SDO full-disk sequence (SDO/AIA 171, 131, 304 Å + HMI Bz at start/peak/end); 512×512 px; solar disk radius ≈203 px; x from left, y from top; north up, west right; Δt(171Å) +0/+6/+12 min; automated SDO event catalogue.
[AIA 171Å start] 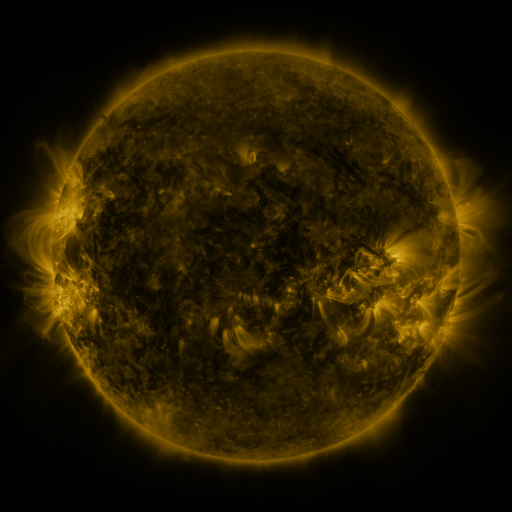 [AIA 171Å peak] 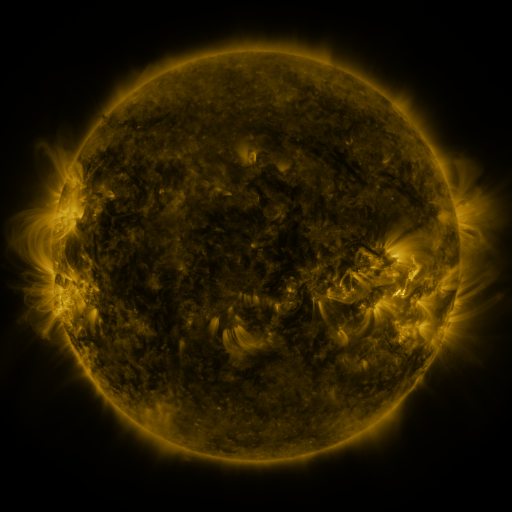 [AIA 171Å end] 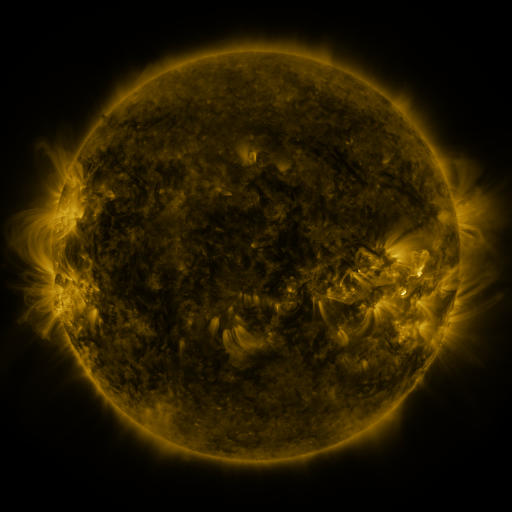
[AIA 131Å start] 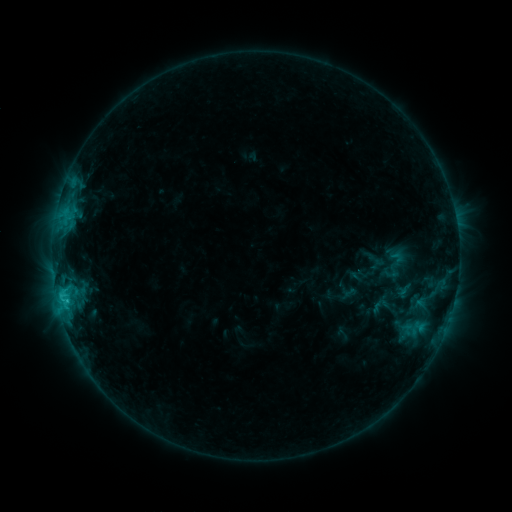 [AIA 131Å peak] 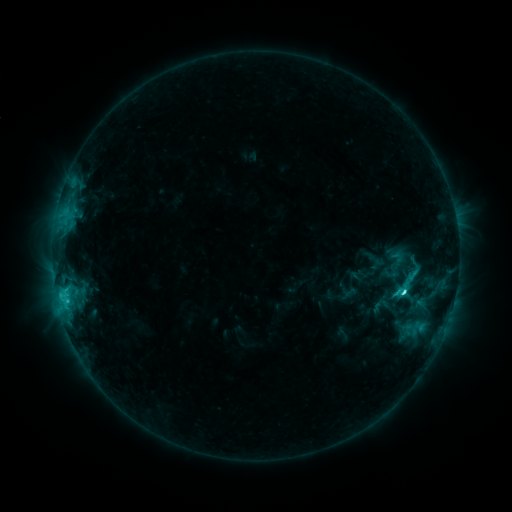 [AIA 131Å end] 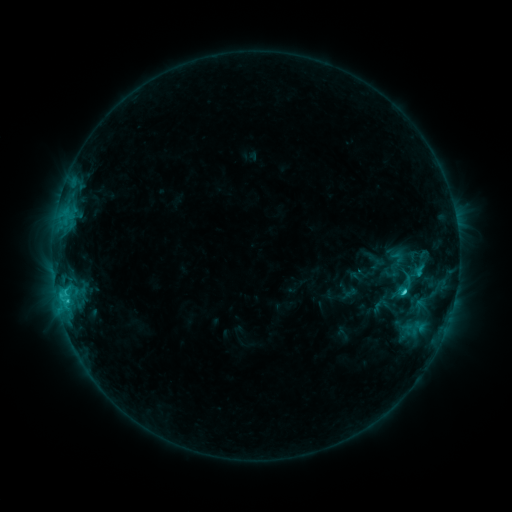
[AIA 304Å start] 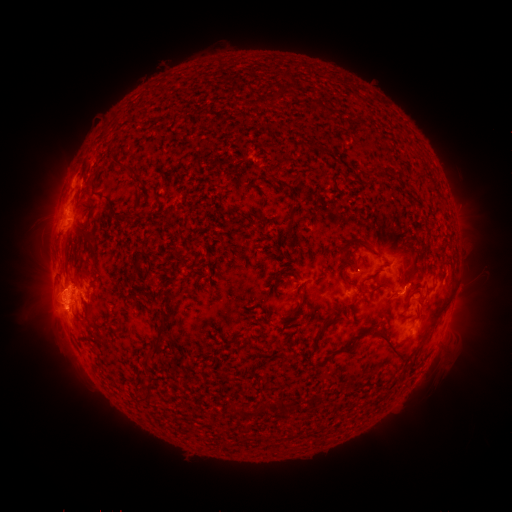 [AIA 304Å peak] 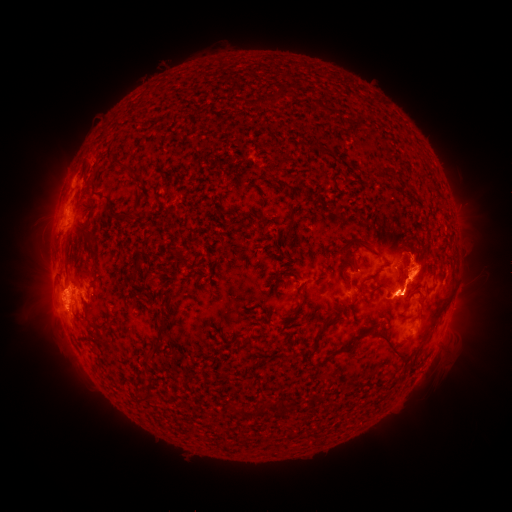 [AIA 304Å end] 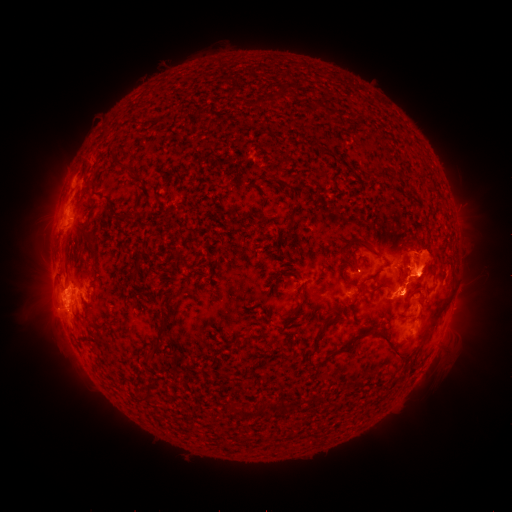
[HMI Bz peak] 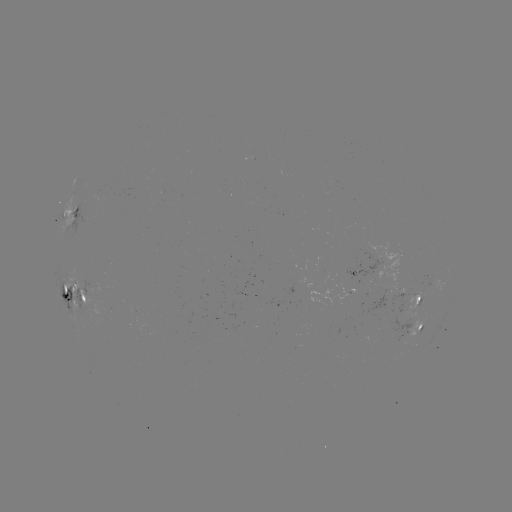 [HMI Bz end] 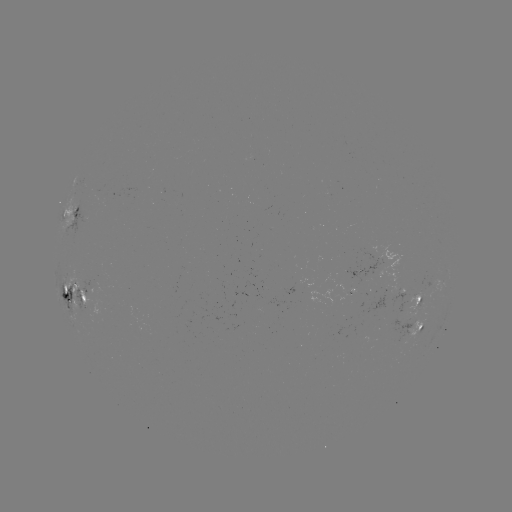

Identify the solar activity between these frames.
eruption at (26, 274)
